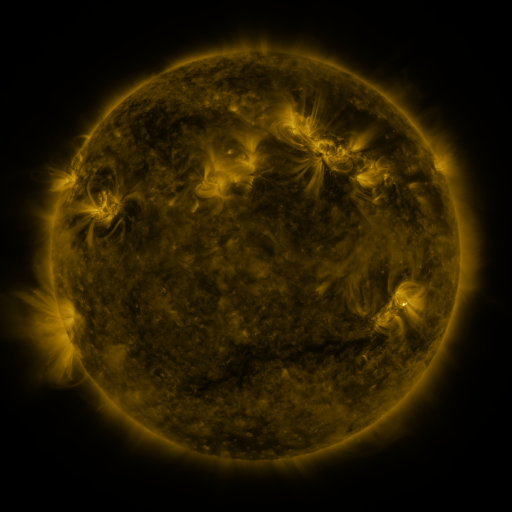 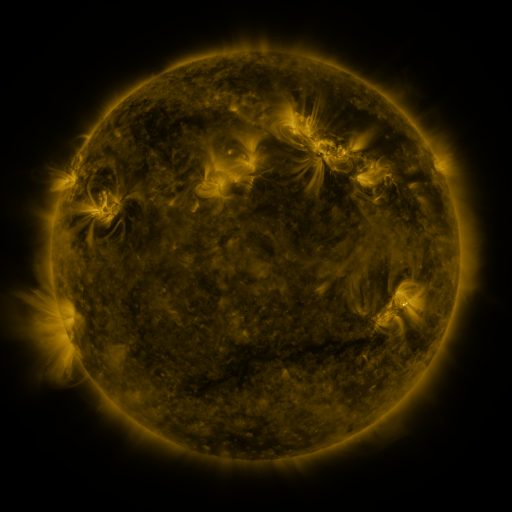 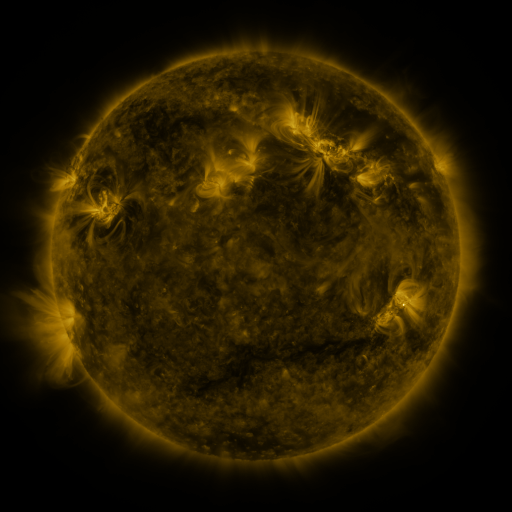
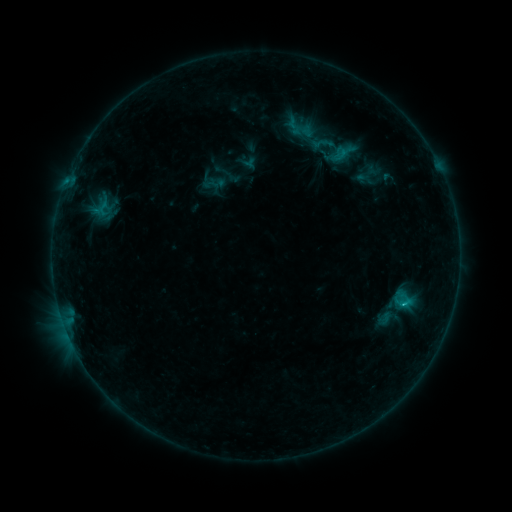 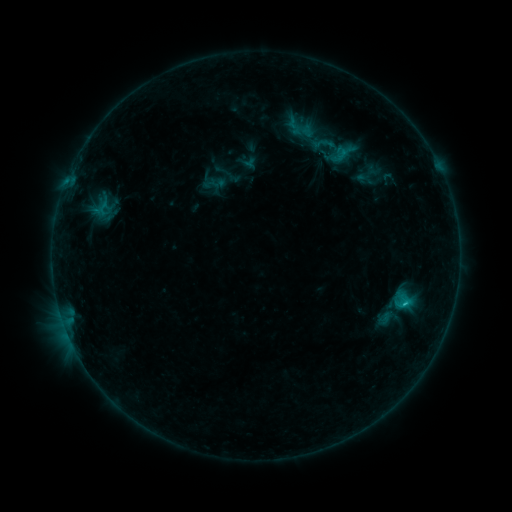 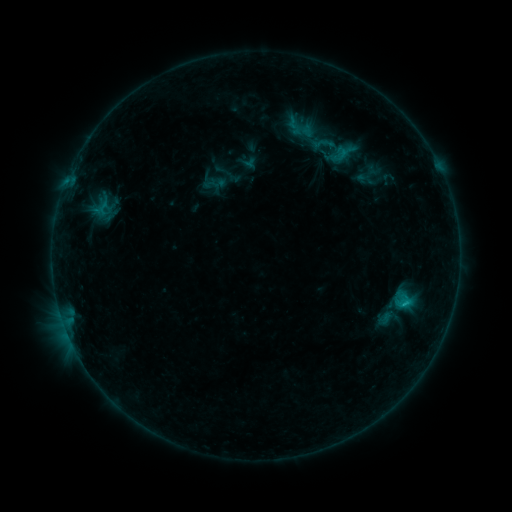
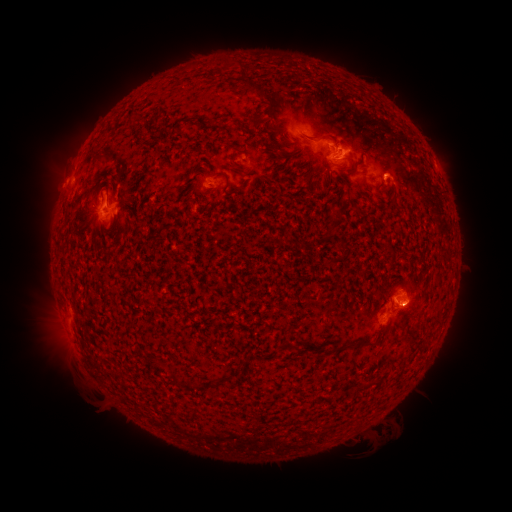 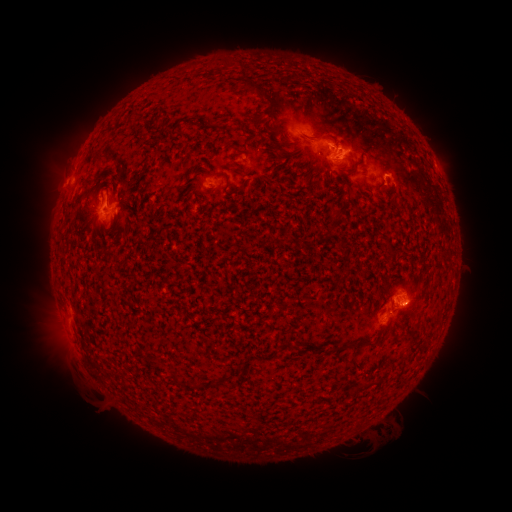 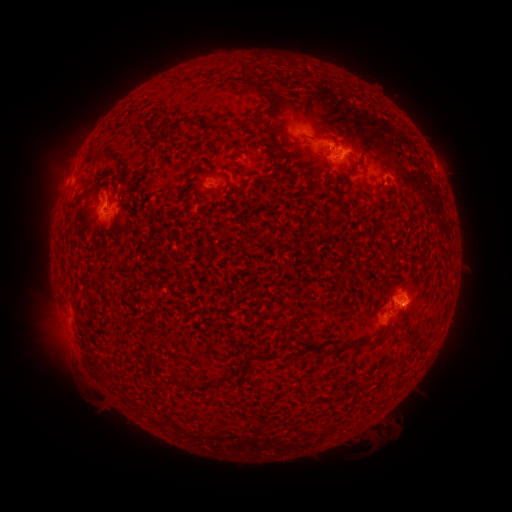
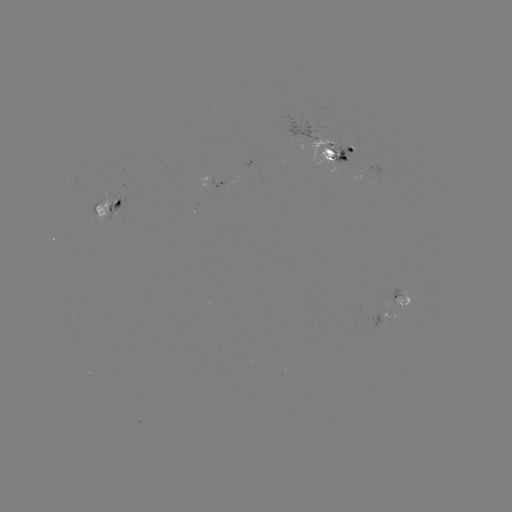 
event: flare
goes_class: C1.1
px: (404, 302)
